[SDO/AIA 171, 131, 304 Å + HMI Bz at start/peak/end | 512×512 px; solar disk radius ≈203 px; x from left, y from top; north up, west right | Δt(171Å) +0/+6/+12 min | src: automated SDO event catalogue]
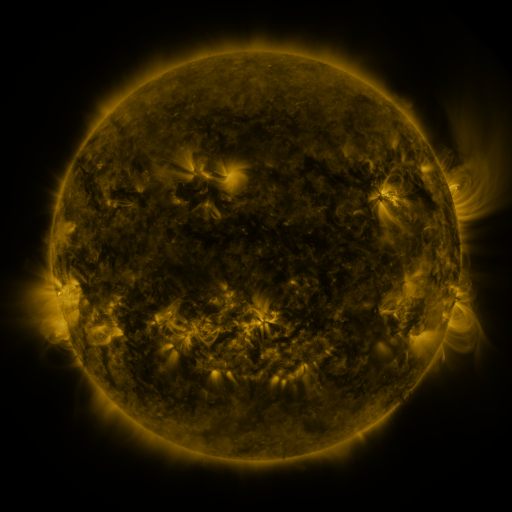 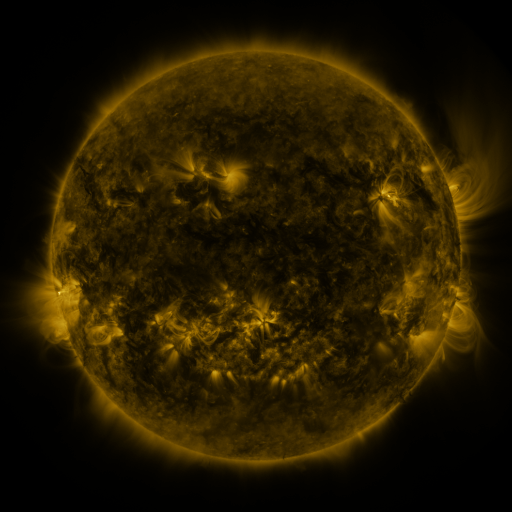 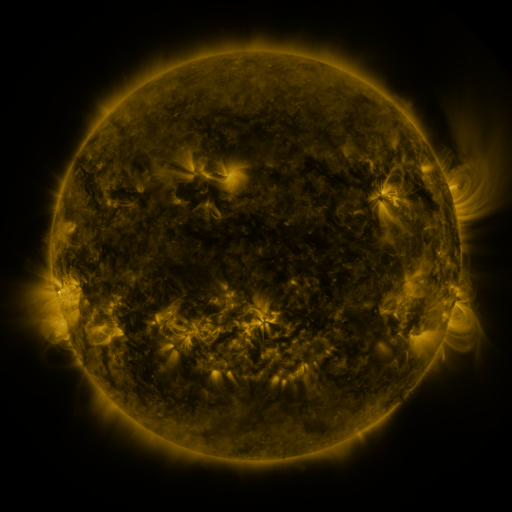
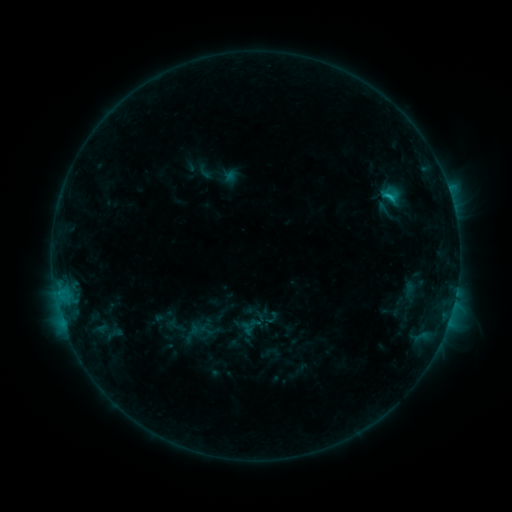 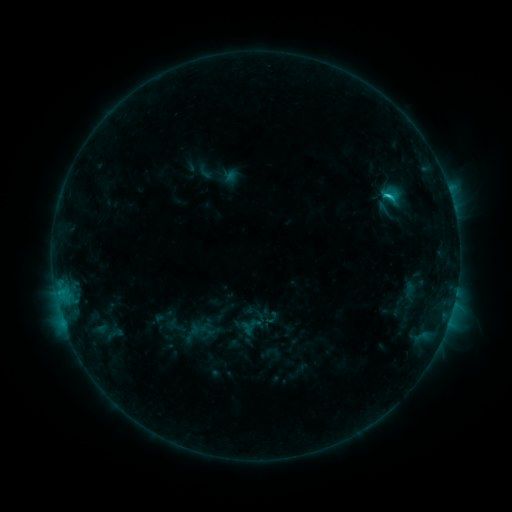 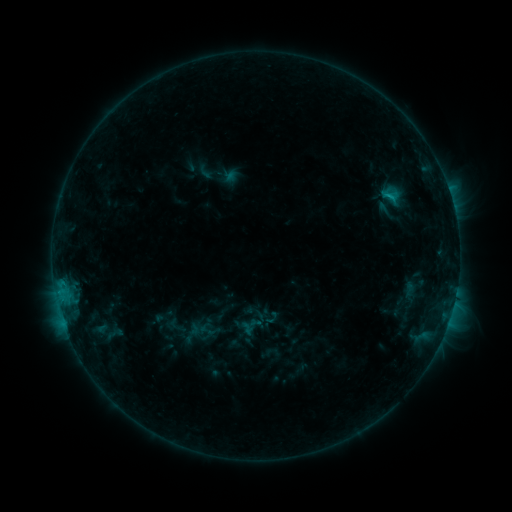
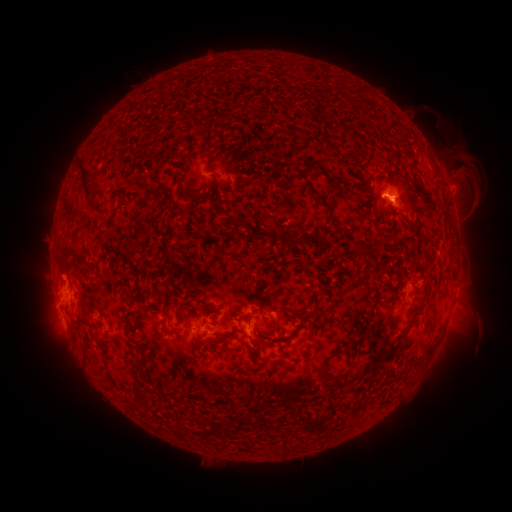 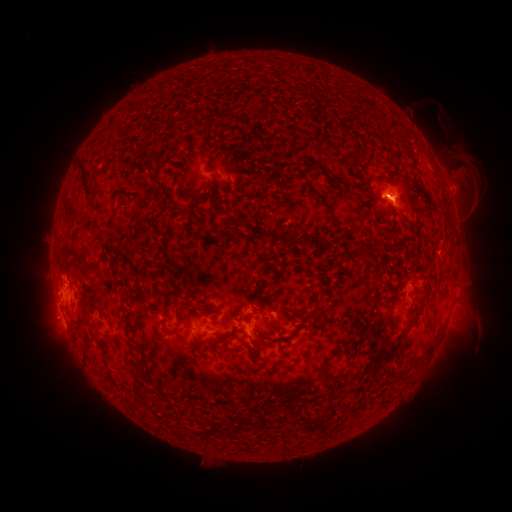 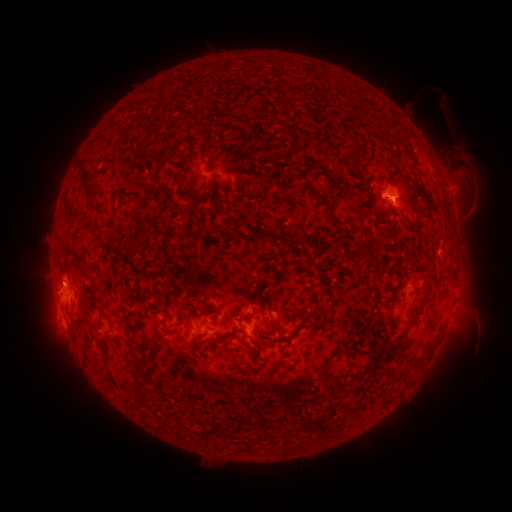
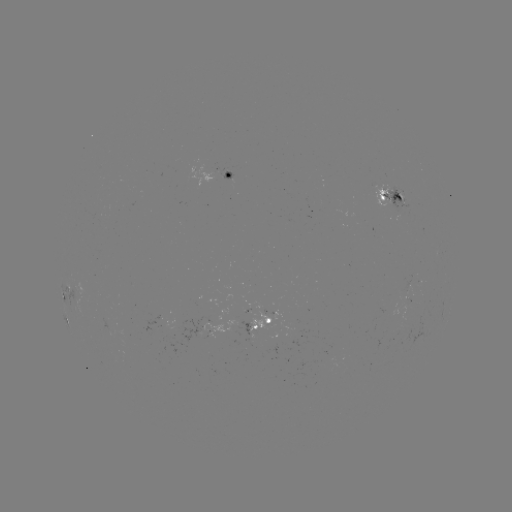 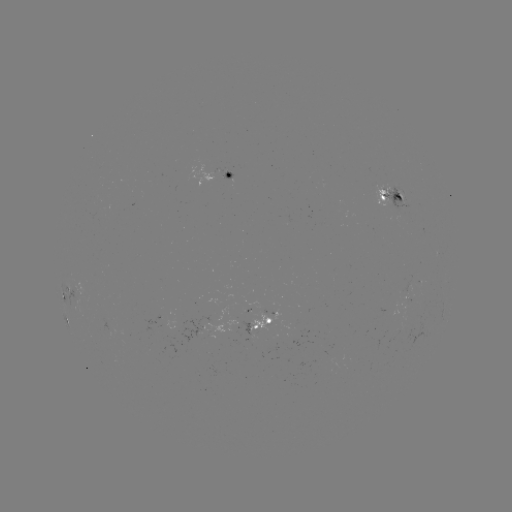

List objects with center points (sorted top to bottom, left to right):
C1.5 flare: (385, 195)
